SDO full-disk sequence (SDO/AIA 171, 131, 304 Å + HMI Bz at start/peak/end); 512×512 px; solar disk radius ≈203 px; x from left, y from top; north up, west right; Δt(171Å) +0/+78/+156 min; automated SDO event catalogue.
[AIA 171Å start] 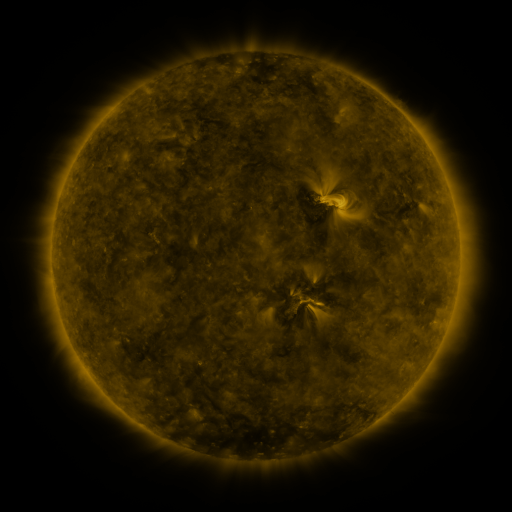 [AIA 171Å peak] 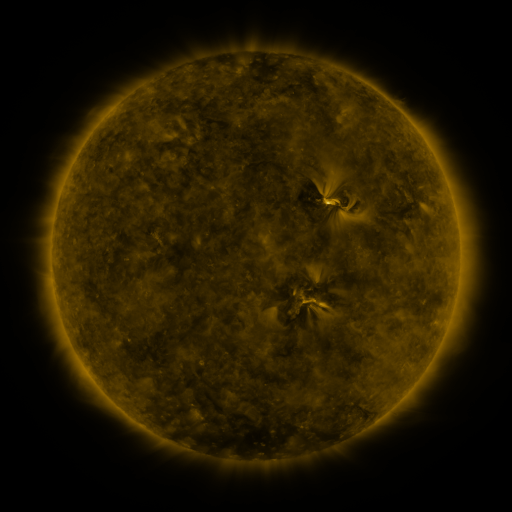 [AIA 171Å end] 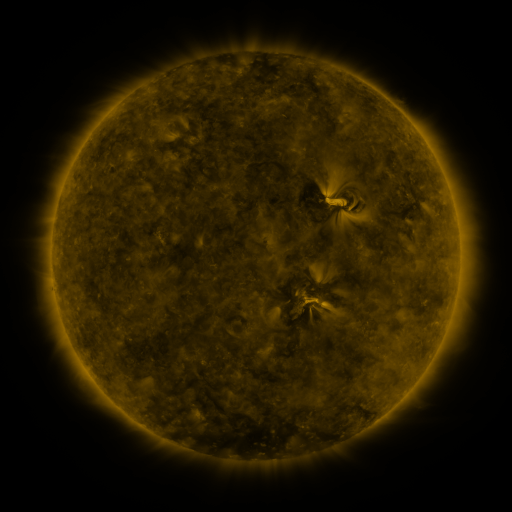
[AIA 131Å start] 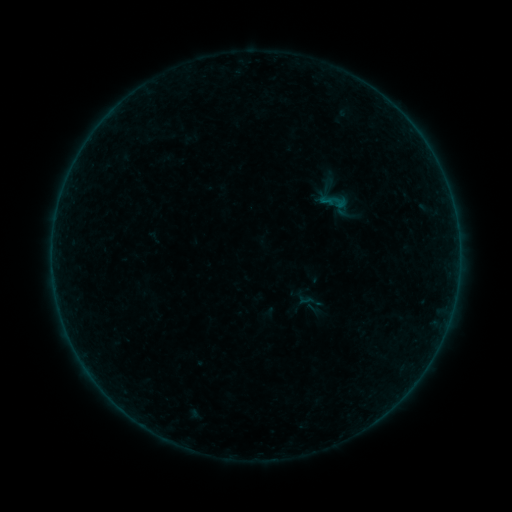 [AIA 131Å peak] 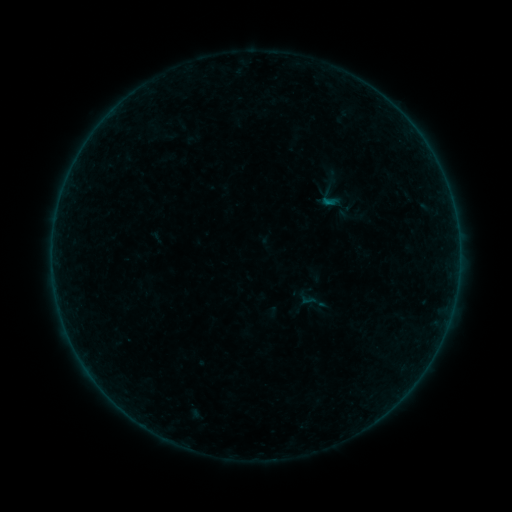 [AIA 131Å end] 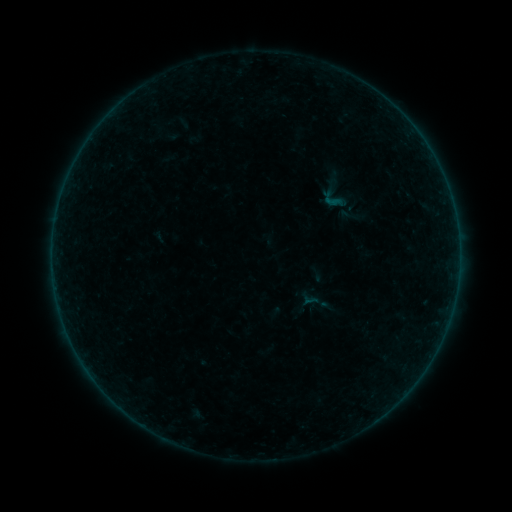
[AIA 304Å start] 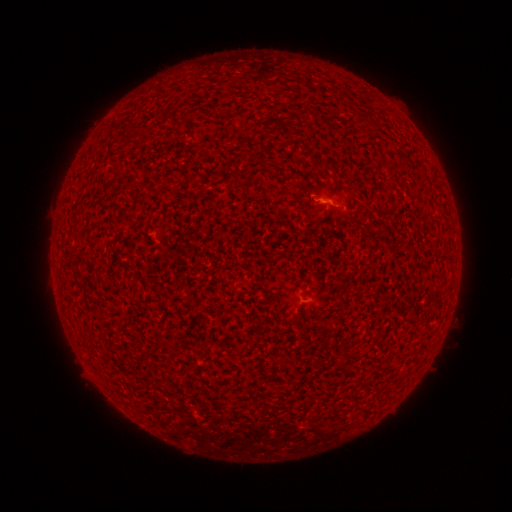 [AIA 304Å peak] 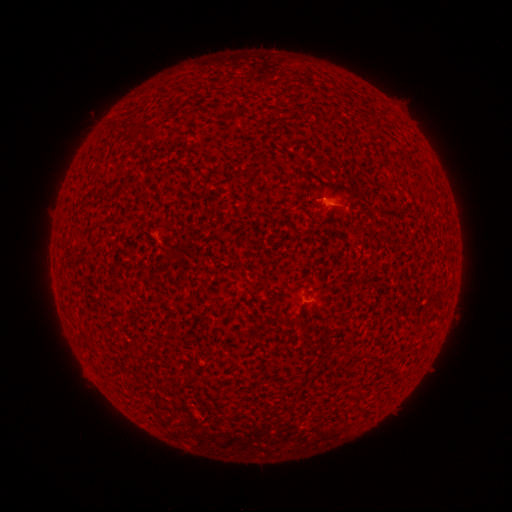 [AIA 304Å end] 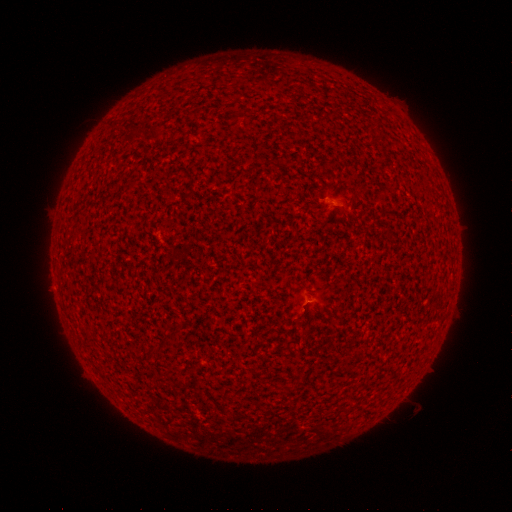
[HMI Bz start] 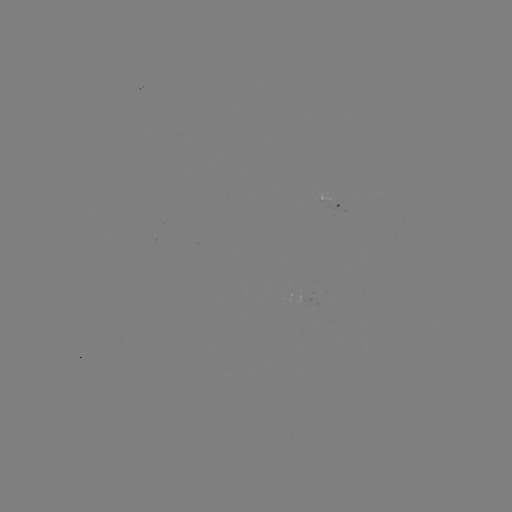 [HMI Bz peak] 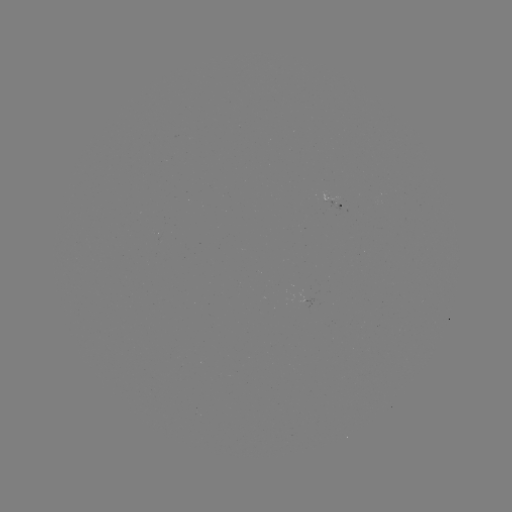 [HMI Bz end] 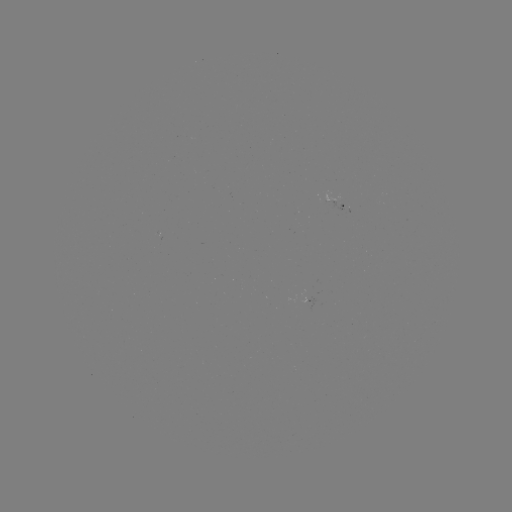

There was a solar filament eruption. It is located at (336, 206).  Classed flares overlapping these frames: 1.